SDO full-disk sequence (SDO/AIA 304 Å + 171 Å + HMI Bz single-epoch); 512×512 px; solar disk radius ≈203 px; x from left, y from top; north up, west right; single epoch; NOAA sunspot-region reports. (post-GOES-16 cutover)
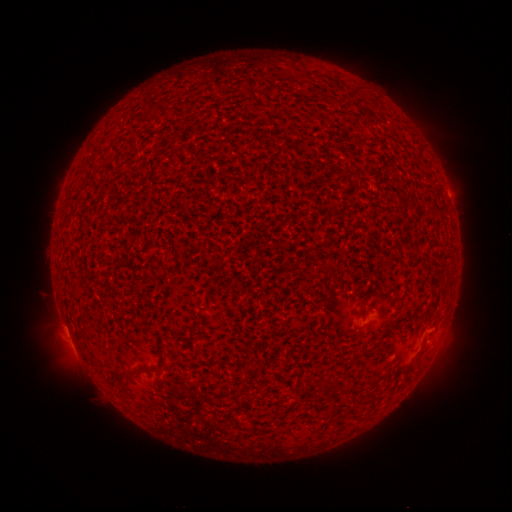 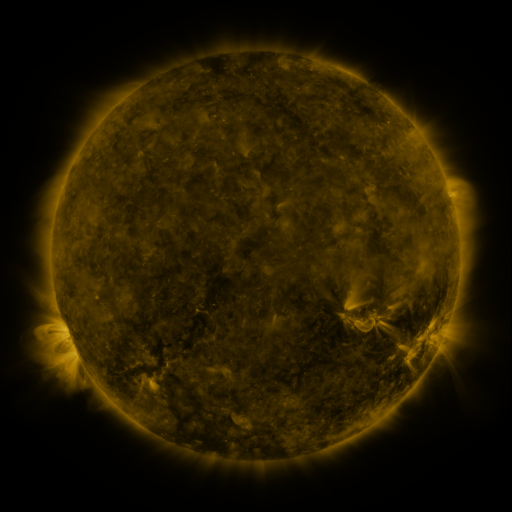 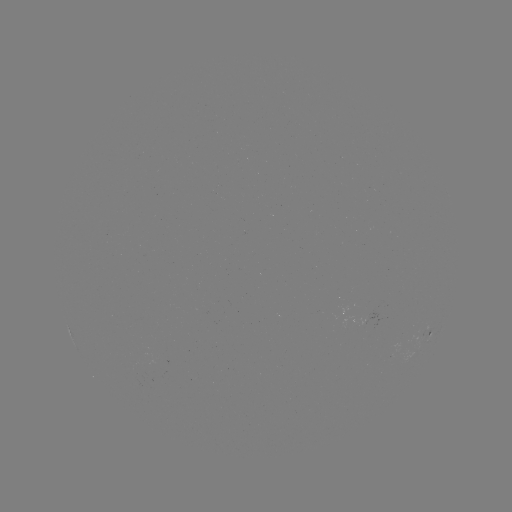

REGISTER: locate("spotted active region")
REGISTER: [429, 334]